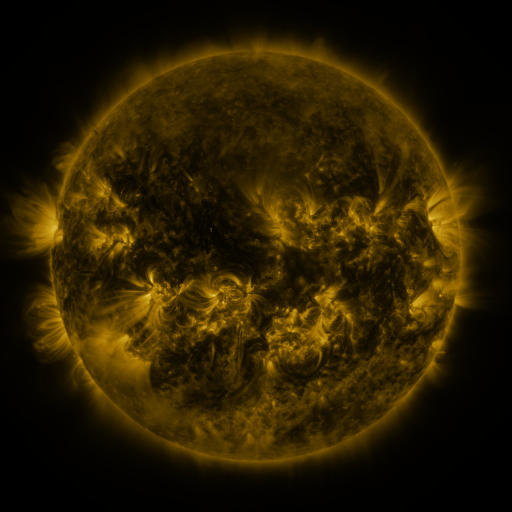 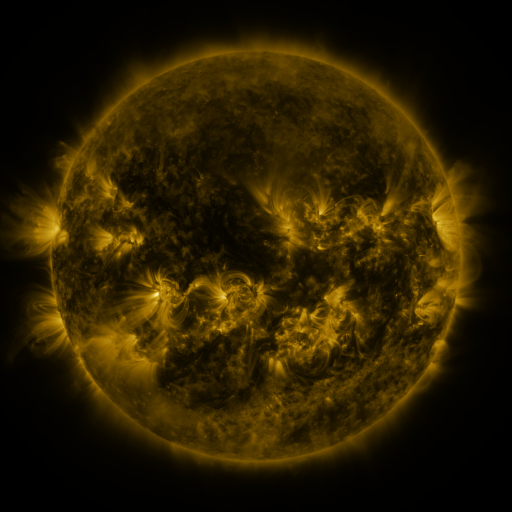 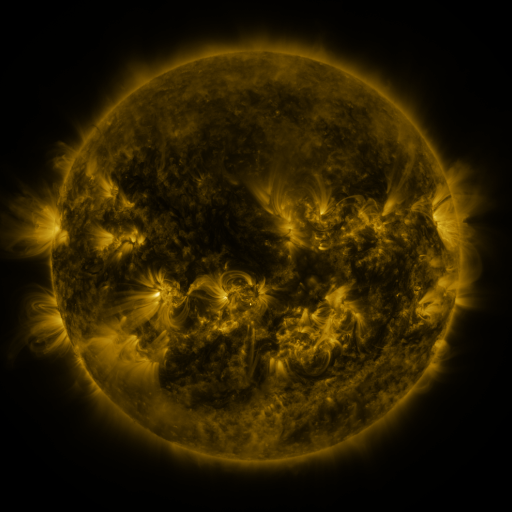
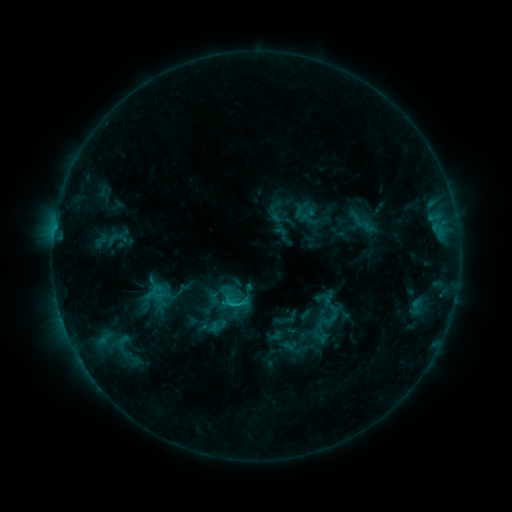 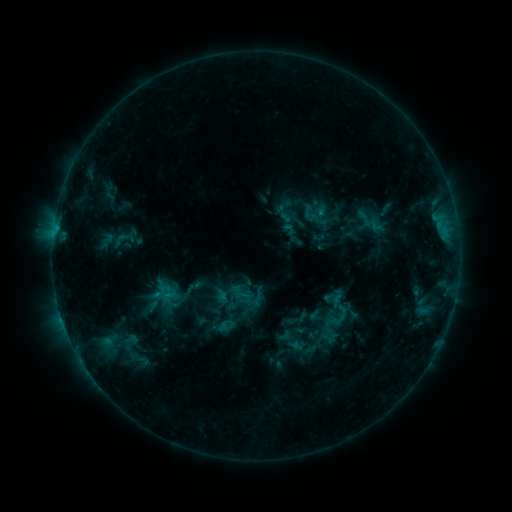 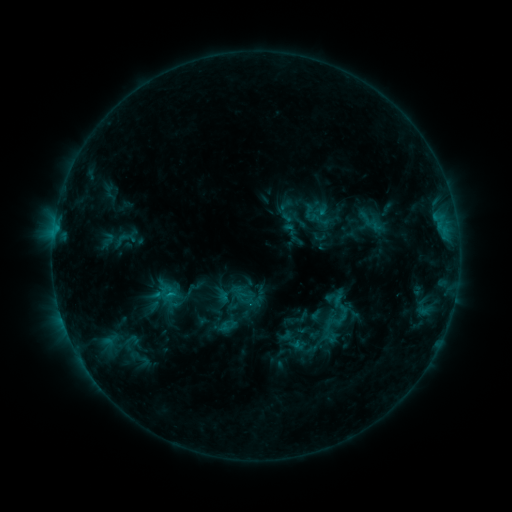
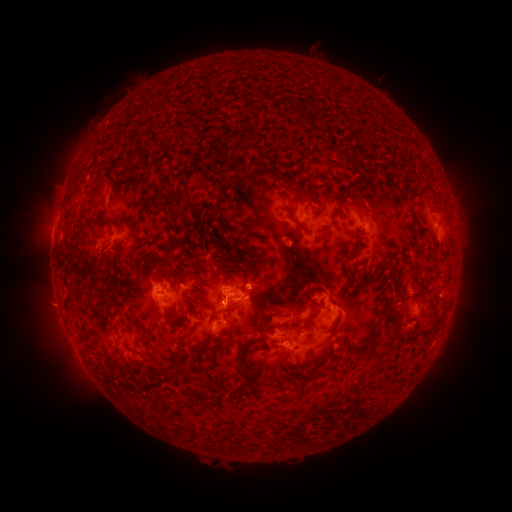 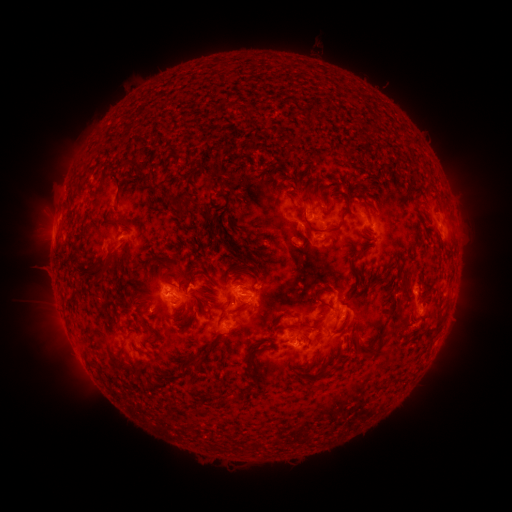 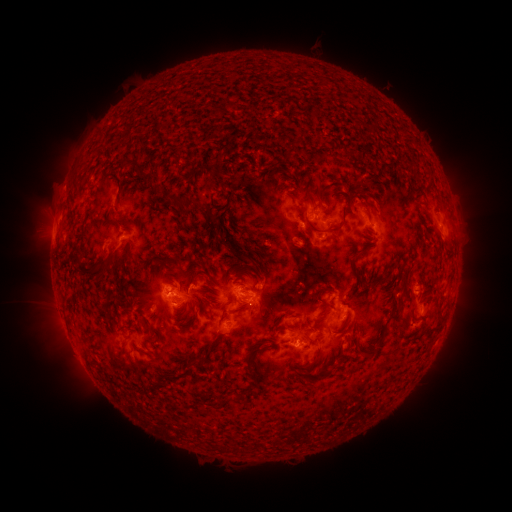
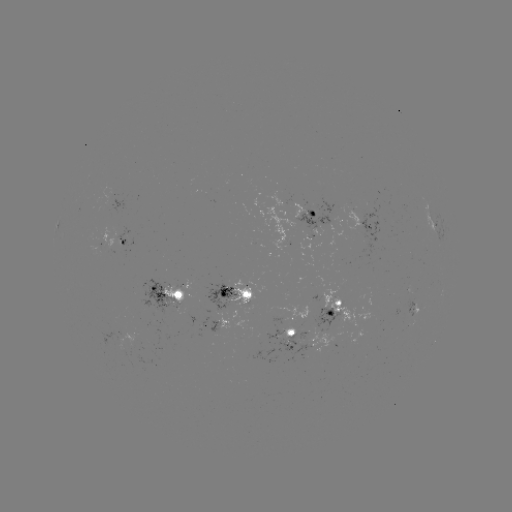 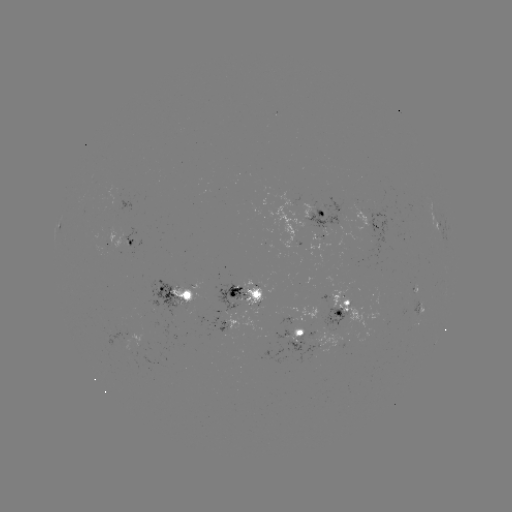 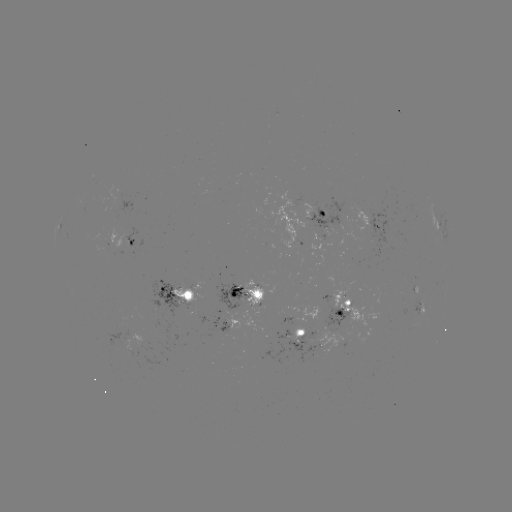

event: emerging-flux region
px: (255, 288)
